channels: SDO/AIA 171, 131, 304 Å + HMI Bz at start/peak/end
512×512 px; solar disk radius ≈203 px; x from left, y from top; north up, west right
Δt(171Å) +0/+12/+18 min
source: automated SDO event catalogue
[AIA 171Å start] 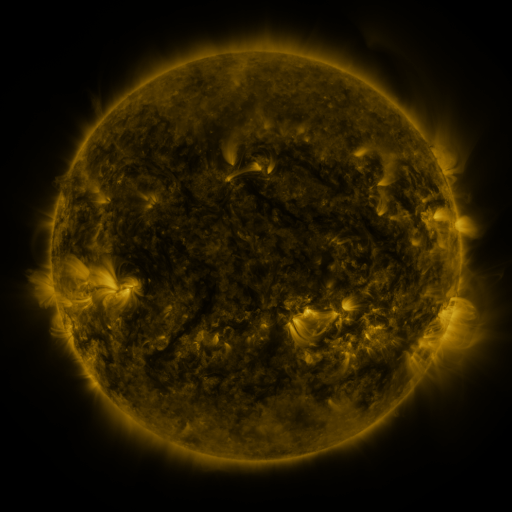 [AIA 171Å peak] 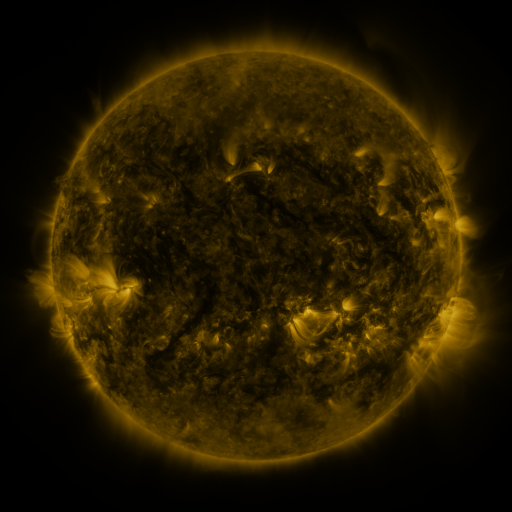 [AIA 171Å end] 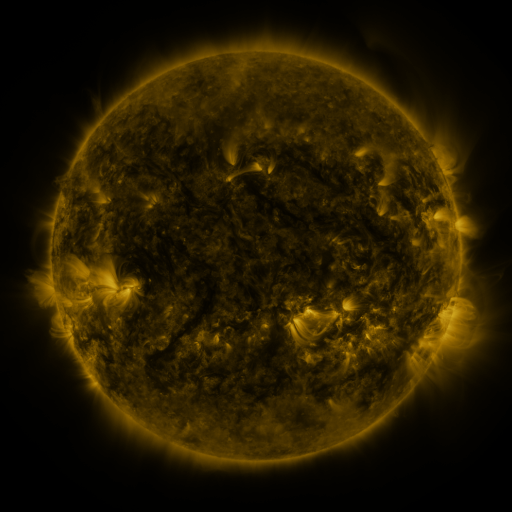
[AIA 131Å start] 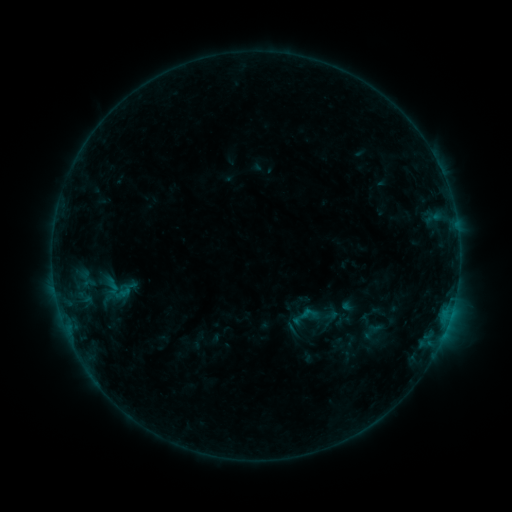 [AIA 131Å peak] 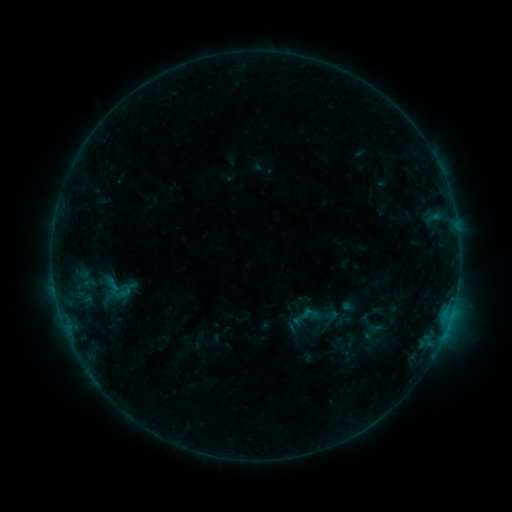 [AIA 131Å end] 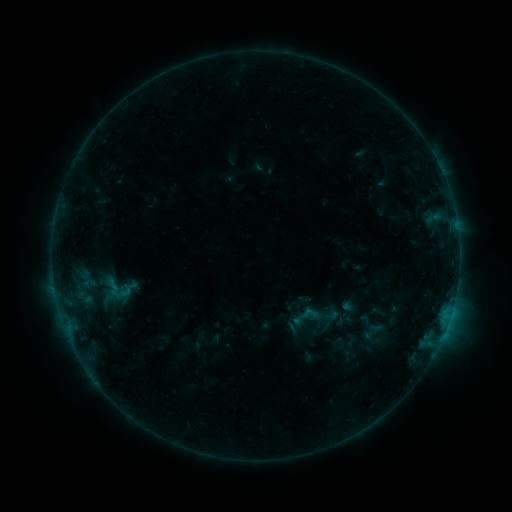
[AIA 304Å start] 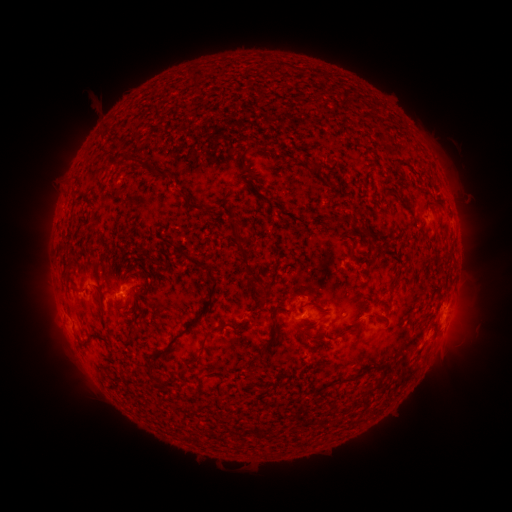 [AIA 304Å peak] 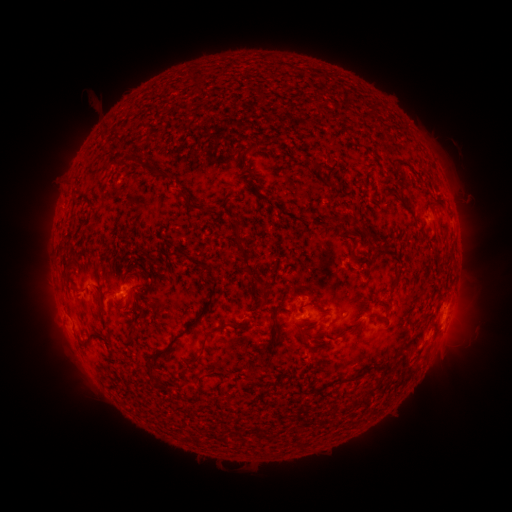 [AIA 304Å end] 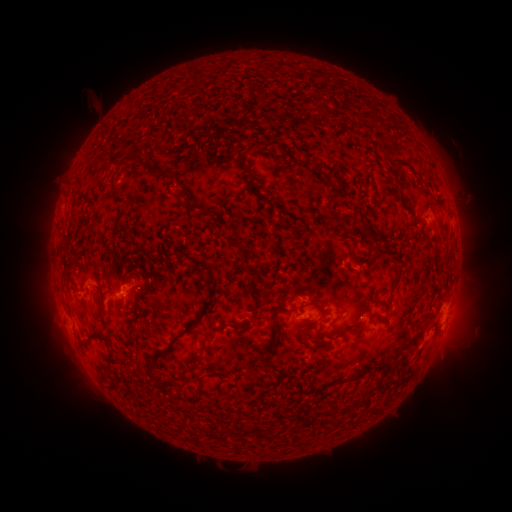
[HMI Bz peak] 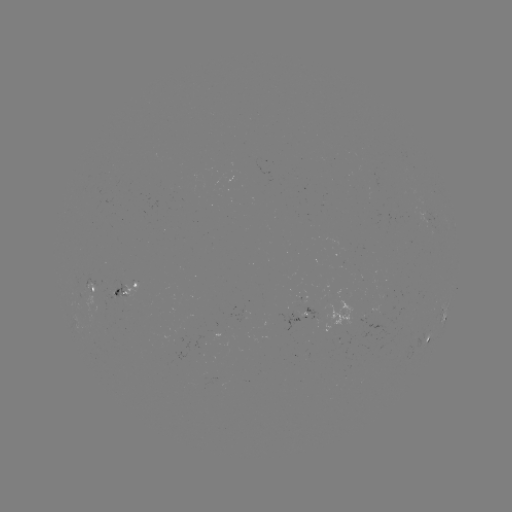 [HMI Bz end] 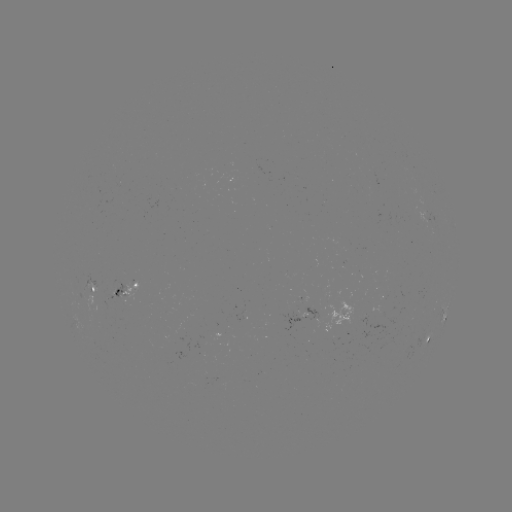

no catalogued flare and no flagged EUV brightening in this window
